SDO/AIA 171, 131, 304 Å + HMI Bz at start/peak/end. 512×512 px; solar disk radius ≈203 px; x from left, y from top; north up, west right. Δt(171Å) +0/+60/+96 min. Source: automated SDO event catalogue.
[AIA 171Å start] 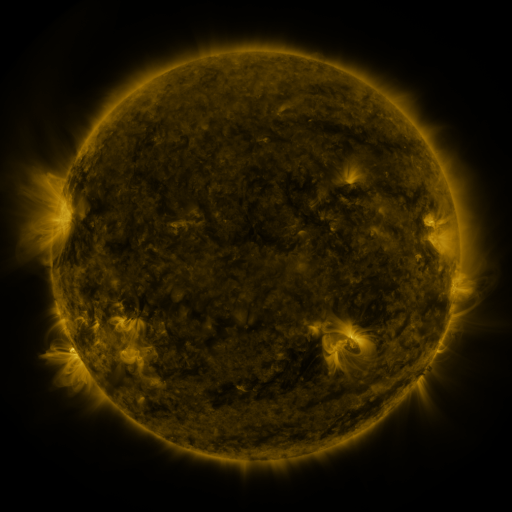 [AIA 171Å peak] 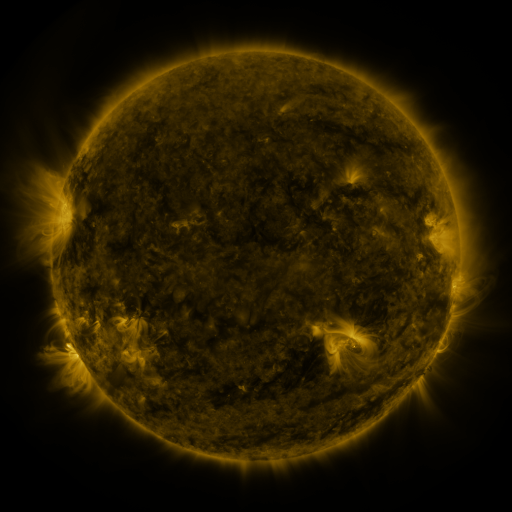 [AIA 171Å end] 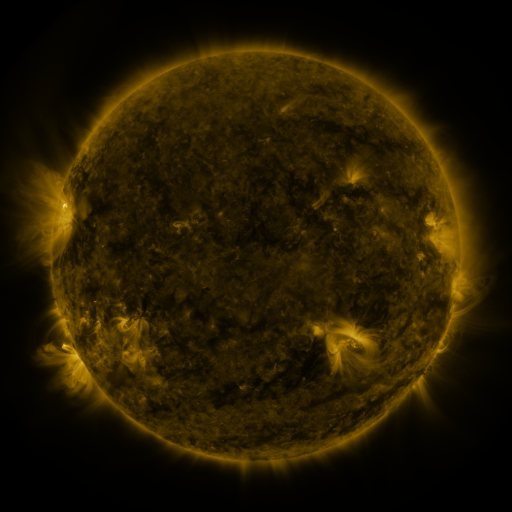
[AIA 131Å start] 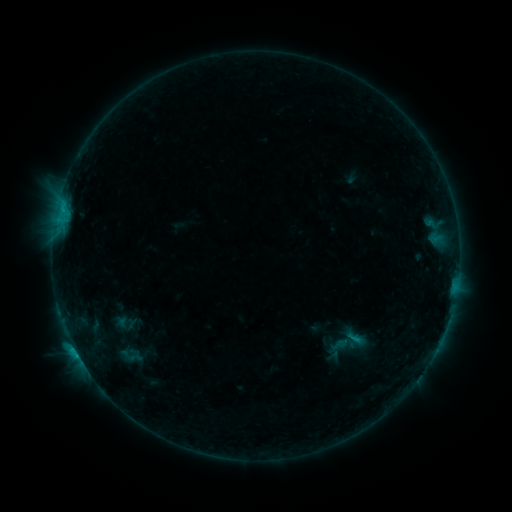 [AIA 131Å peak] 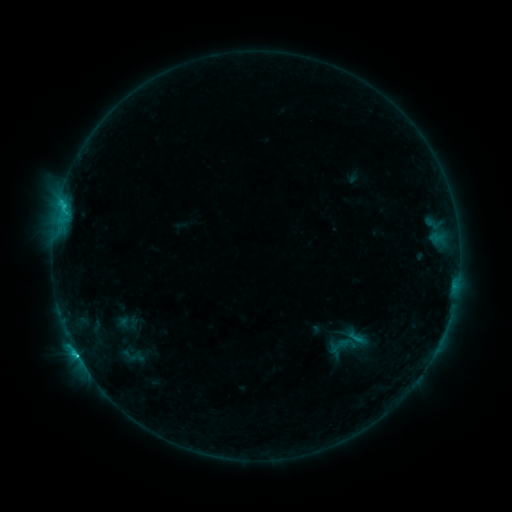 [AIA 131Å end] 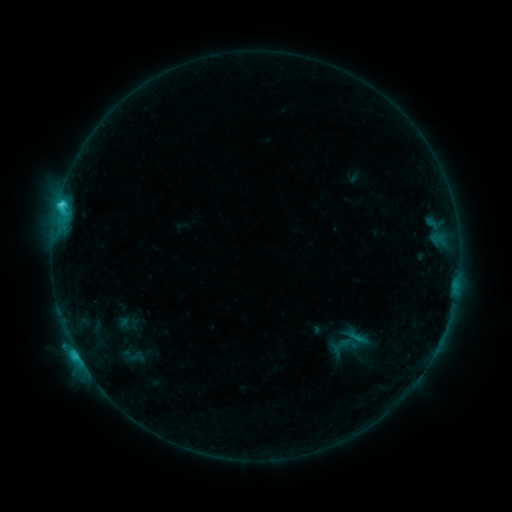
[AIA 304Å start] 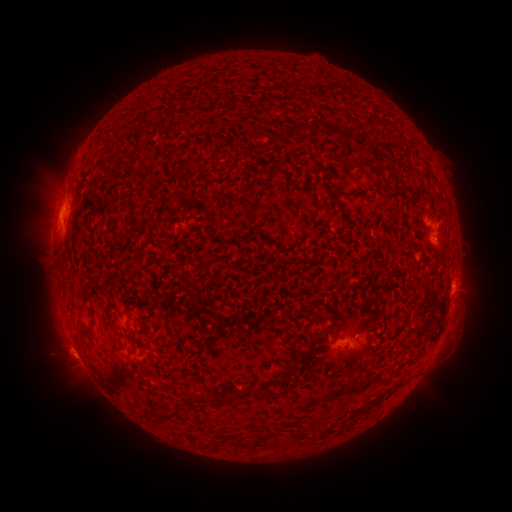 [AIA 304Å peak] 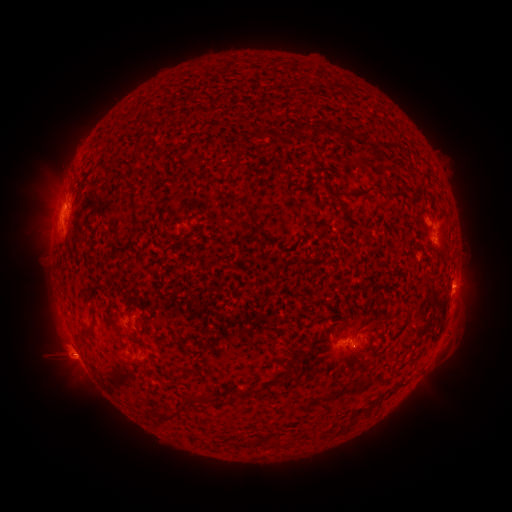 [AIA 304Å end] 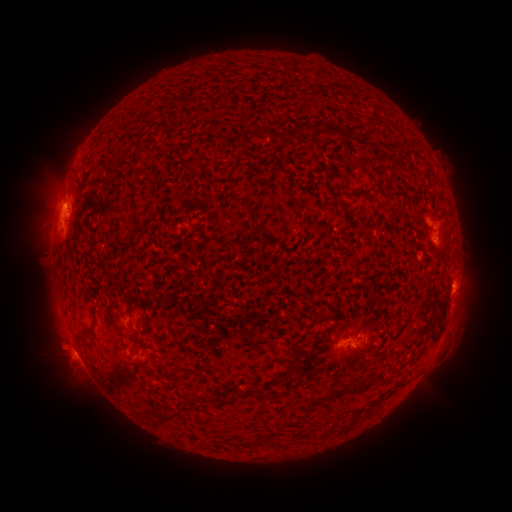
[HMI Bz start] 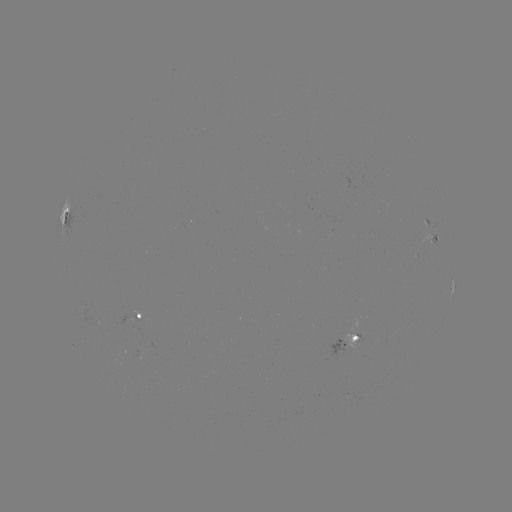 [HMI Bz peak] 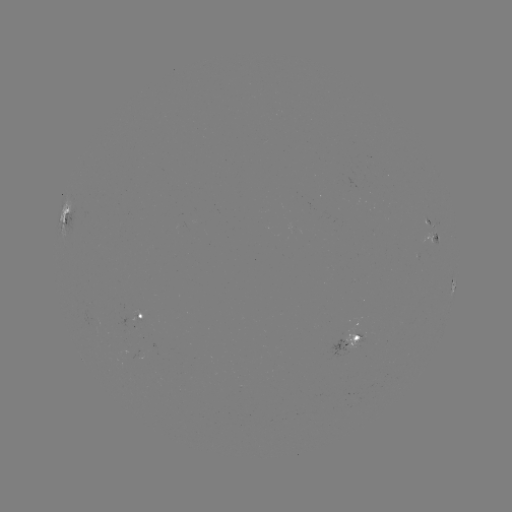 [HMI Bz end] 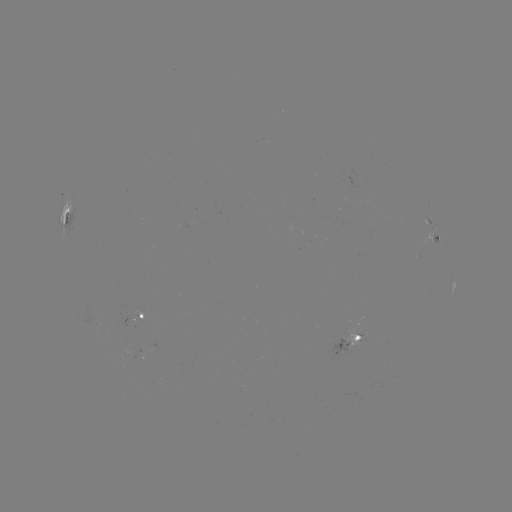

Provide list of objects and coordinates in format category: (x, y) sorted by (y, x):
emerging-flux region: (425, 219)
